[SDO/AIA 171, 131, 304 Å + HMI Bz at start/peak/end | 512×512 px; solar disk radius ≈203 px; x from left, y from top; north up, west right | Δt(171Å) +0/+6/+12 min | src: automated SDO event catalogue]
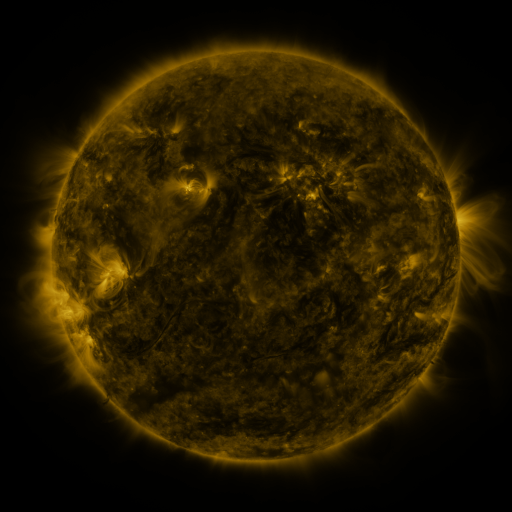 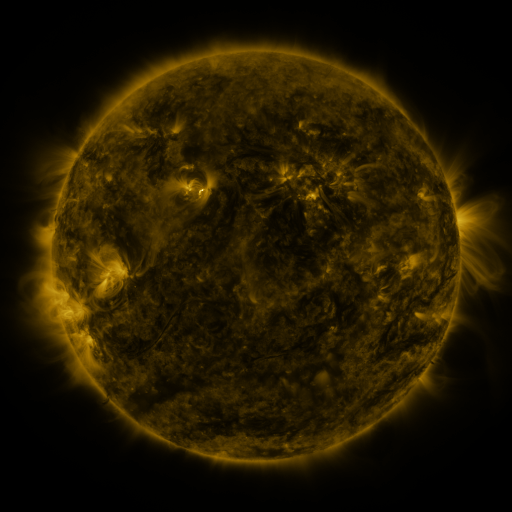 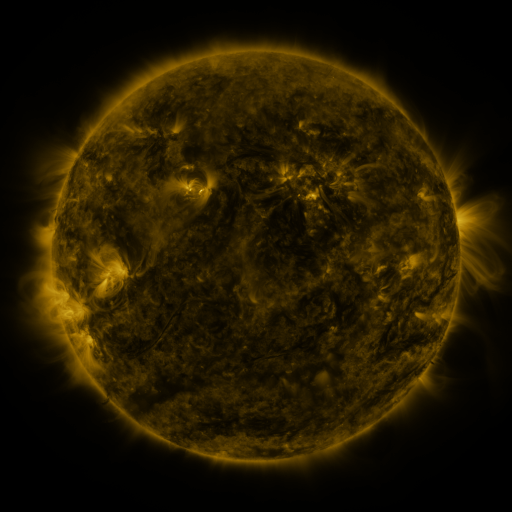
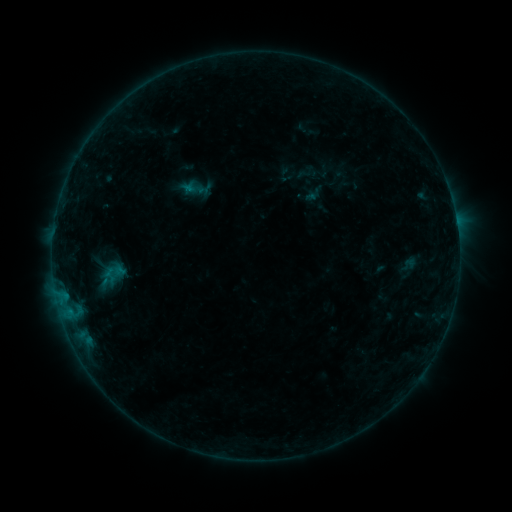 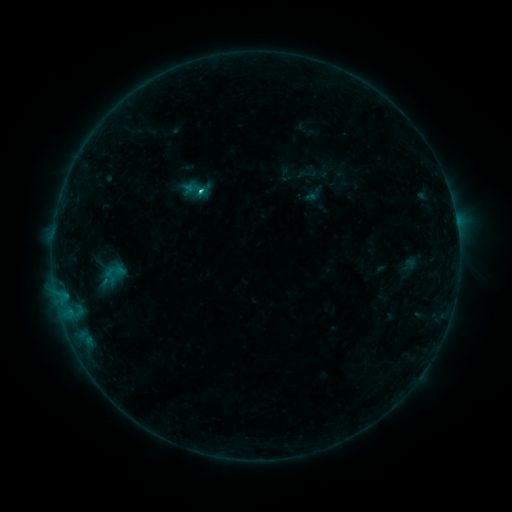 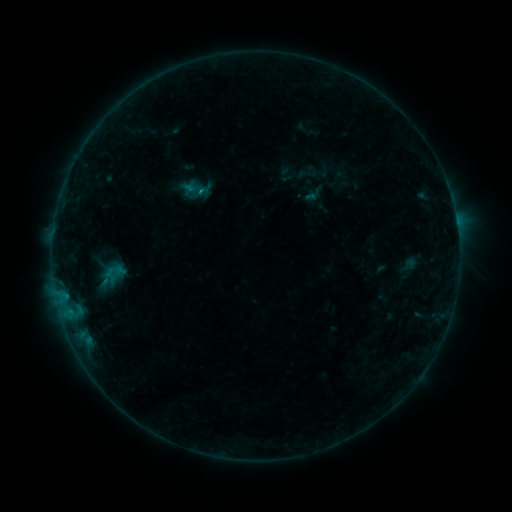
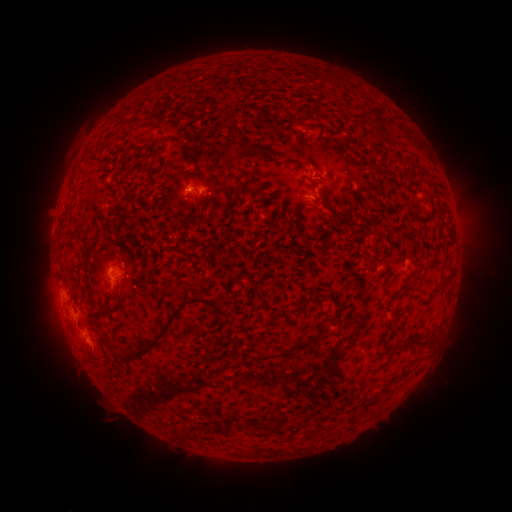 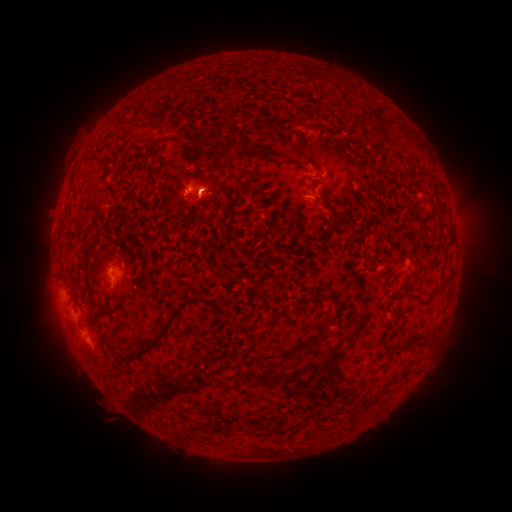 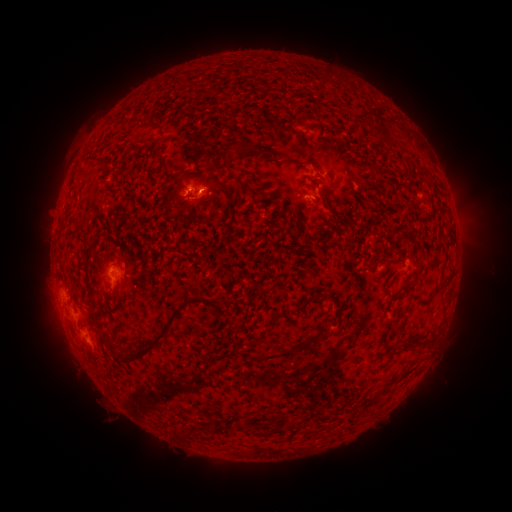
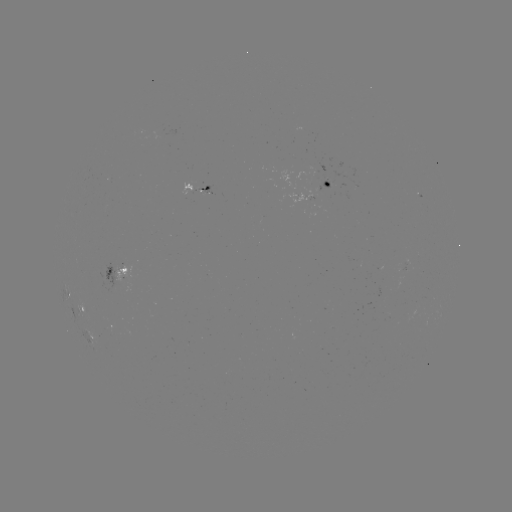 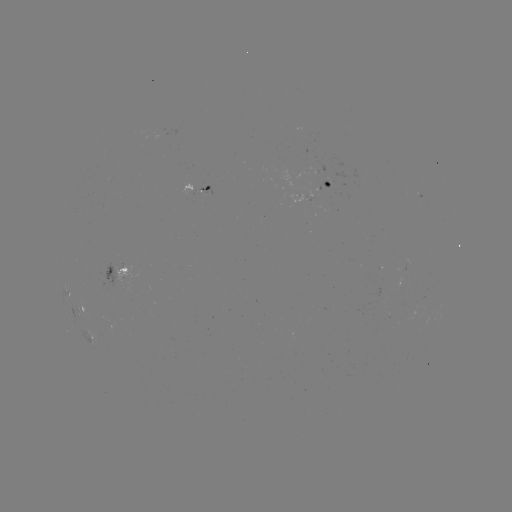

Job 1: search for eruption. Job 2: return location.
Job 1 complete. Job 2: (203, 207).